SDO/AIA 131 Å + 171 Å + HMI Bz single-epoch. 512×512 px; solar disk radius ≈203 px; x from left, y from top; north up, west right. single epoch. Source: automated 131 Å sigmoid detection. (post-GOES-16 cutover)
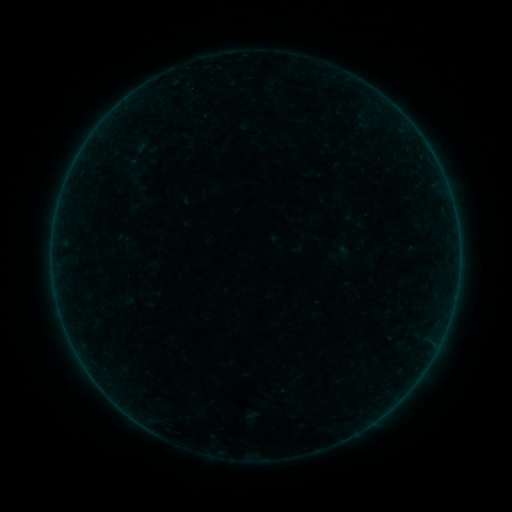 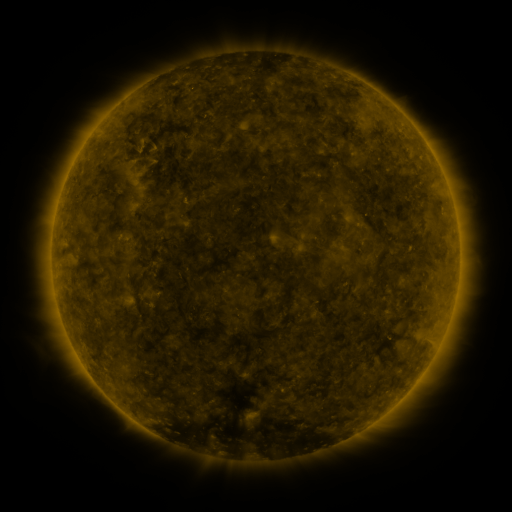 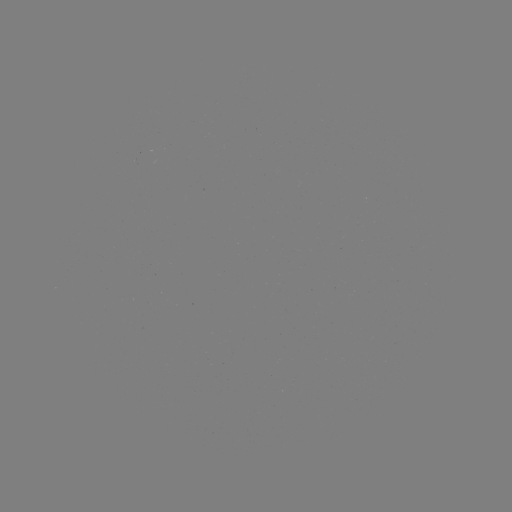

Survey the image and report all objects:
sigmoid: <bbox>121, 150, 139, 169</bbox>
